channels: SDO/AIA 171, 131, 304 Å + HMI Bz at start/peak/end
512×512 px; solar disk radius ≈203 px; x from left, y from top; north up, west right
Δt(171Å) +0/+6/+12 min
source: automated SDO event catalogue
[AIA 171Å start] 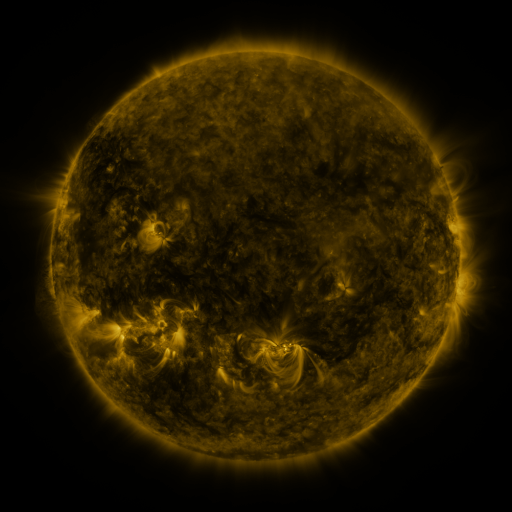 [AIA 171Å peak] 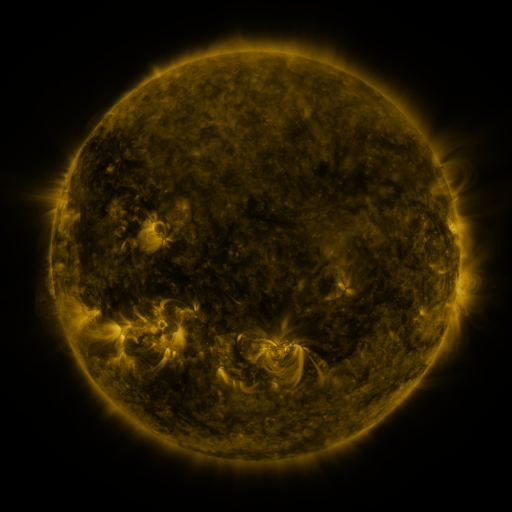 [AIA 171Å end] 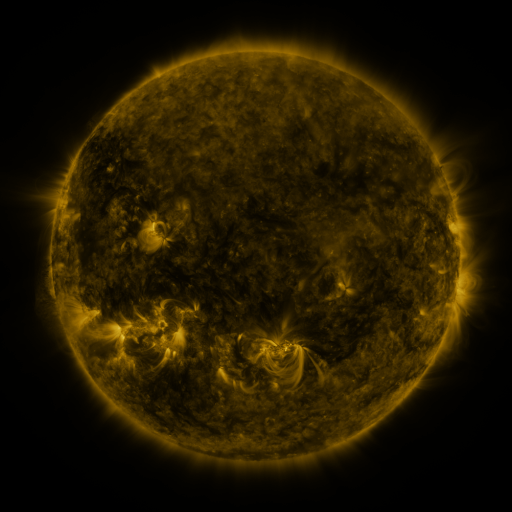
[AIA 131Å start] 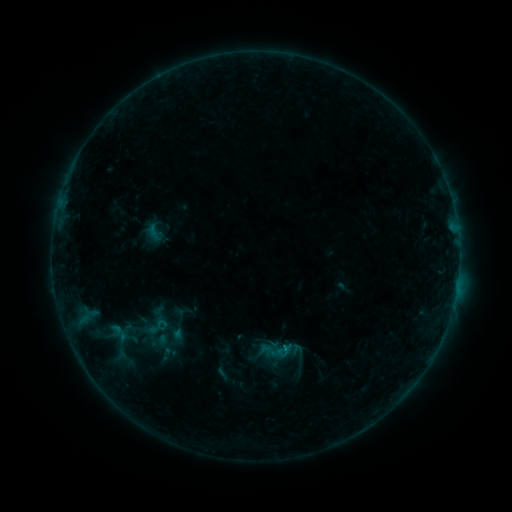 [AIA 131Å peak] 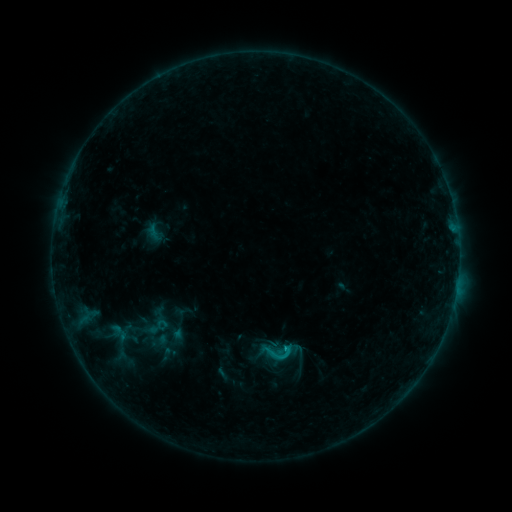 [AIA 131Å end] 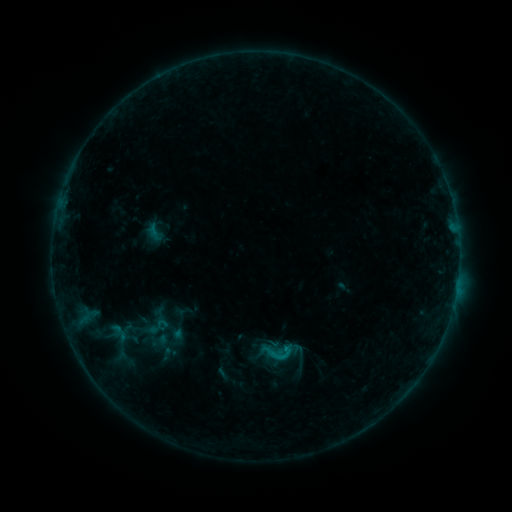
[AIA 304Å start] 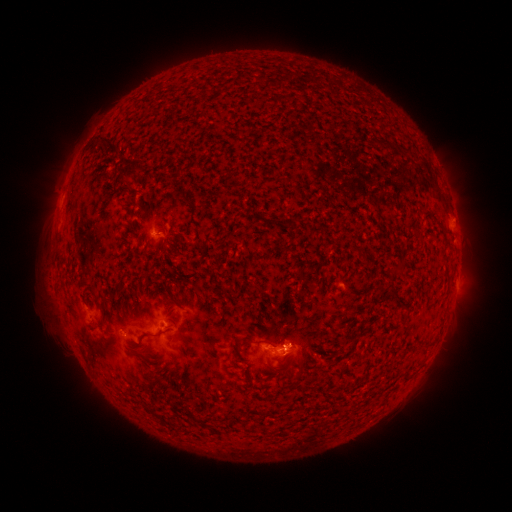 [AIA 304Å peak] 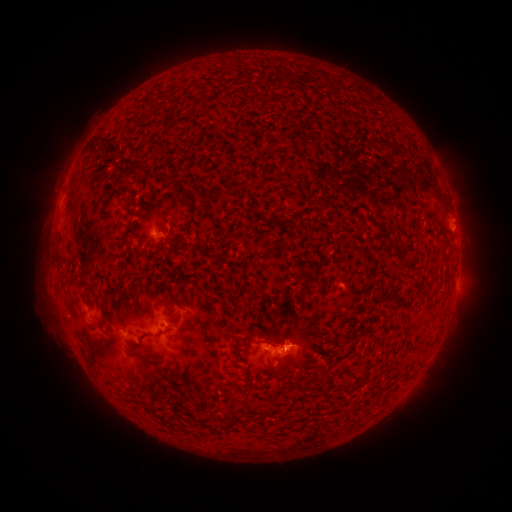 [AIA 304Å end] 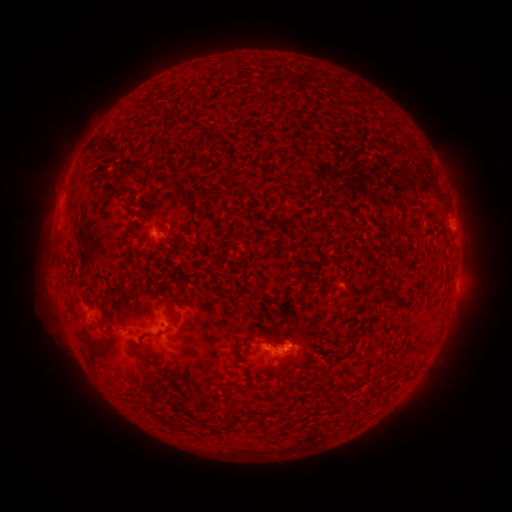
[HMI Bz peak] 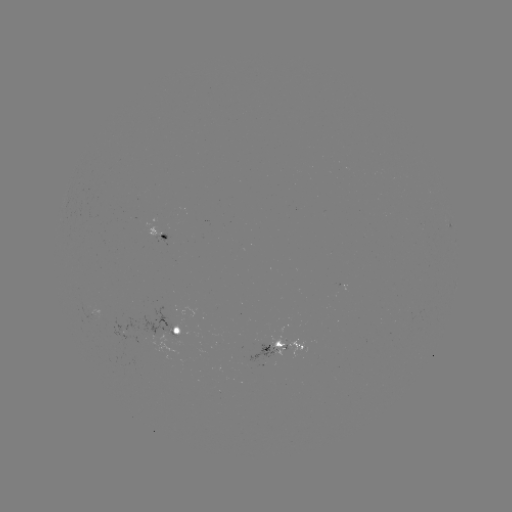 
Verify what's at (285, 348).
B7.9 flare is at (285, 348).